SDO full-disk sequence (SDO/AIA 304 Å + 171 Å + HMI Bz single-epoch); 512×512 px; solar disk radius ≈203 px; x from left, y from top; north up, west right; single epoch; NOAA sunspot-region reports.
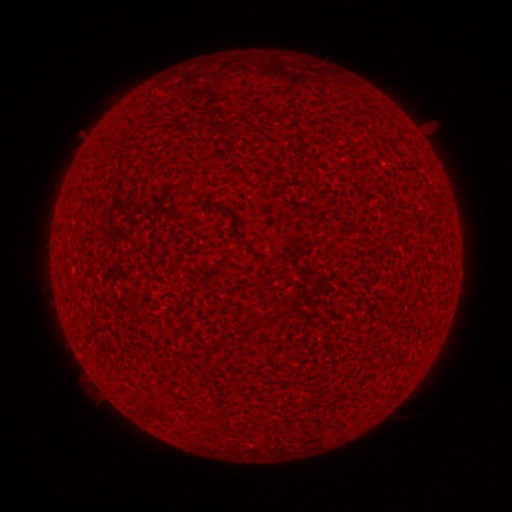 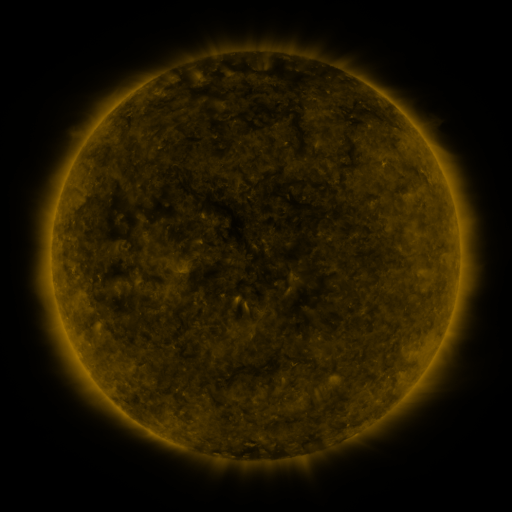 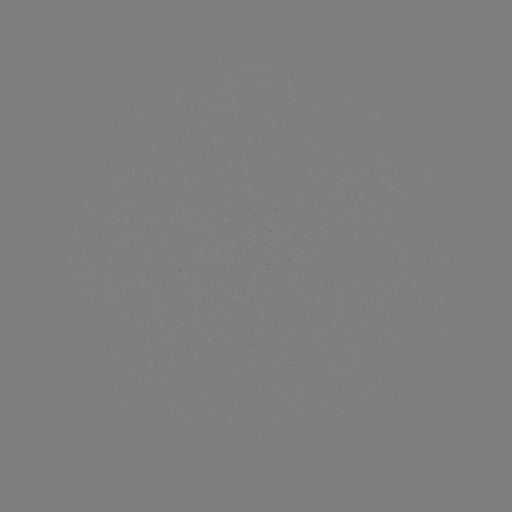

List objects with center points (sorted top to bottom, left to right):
(none)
